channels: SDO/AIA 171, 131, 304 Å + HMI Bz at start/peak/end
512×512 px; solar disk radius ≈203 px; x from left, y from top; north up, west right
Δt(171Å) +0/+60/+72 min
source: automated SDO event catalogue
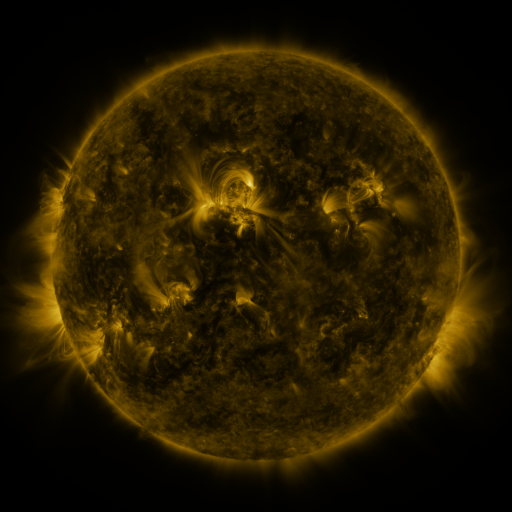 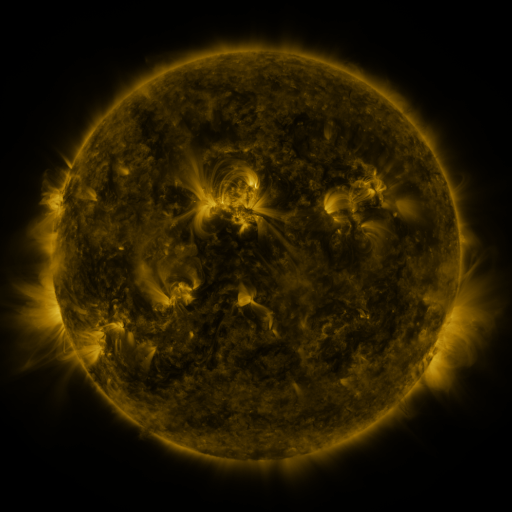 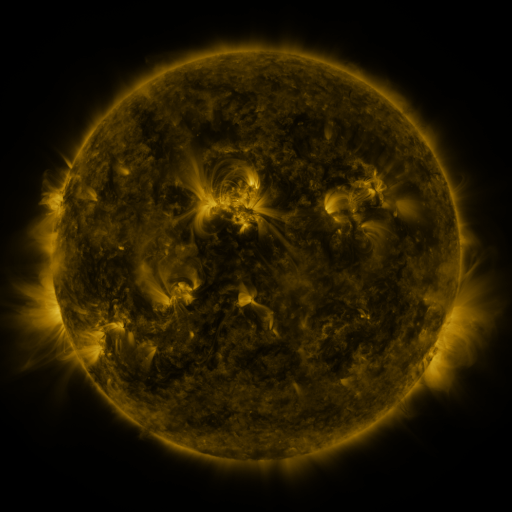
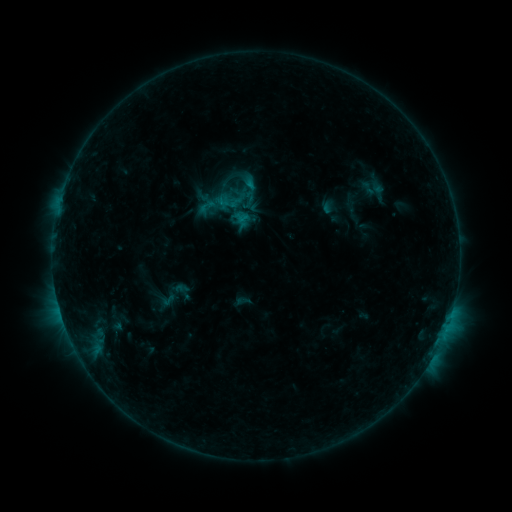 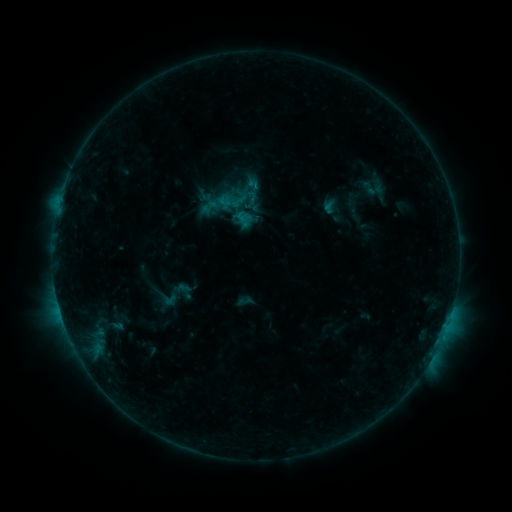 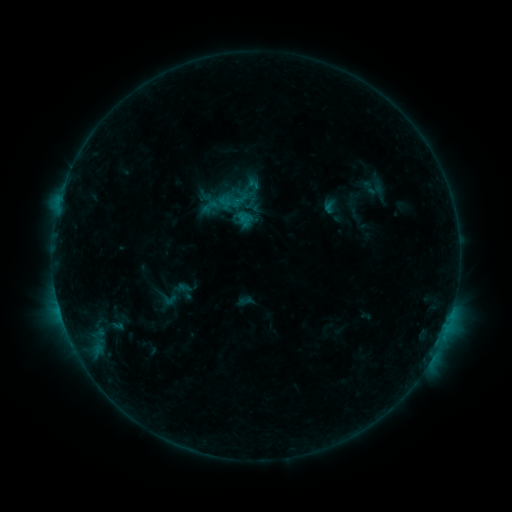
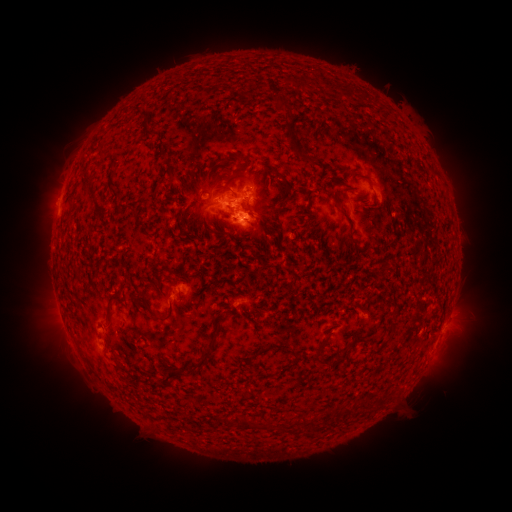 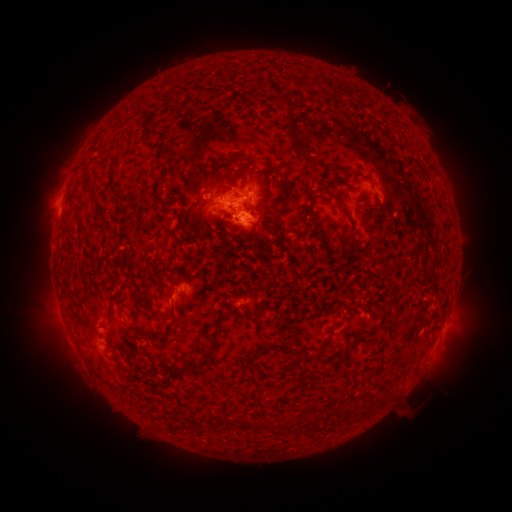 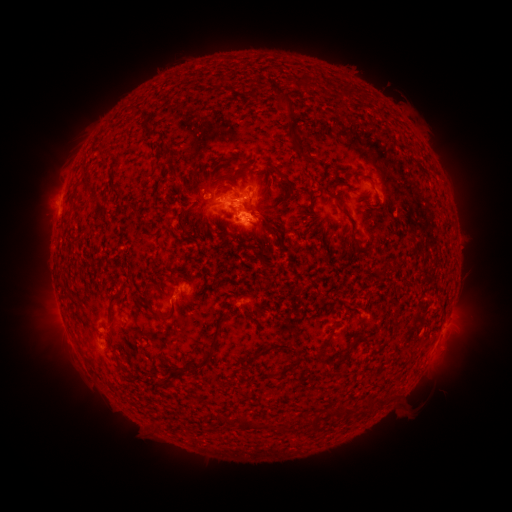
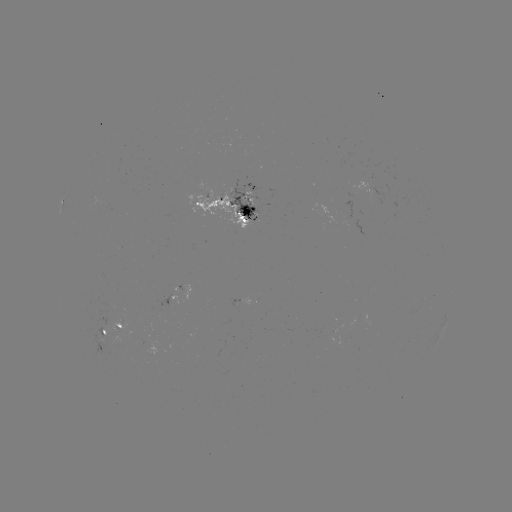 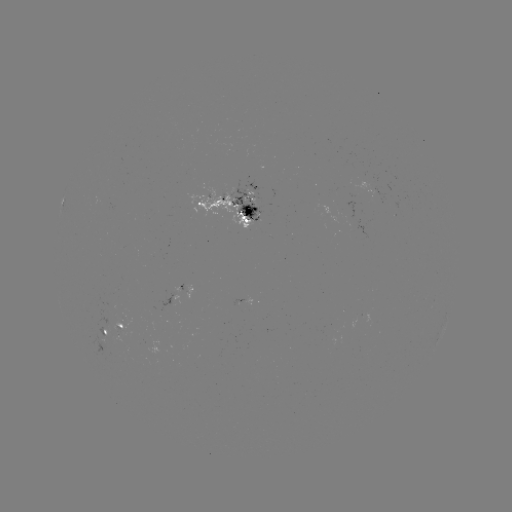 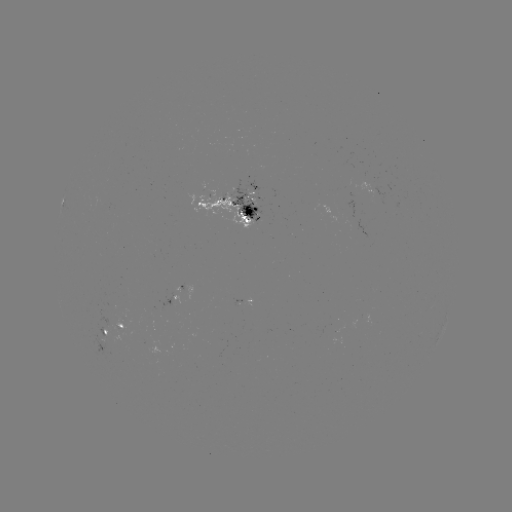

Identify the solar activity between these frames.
emerging-flux region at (252, 211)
